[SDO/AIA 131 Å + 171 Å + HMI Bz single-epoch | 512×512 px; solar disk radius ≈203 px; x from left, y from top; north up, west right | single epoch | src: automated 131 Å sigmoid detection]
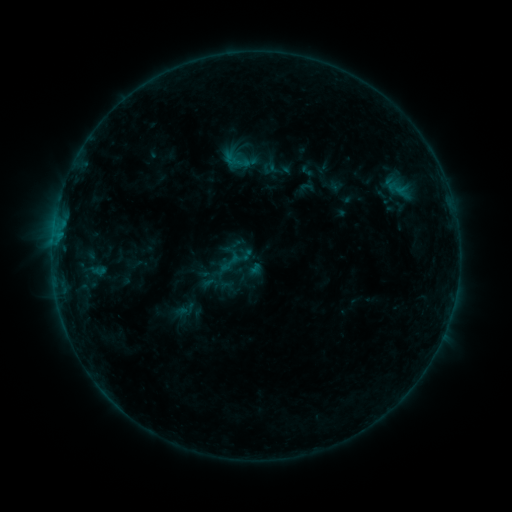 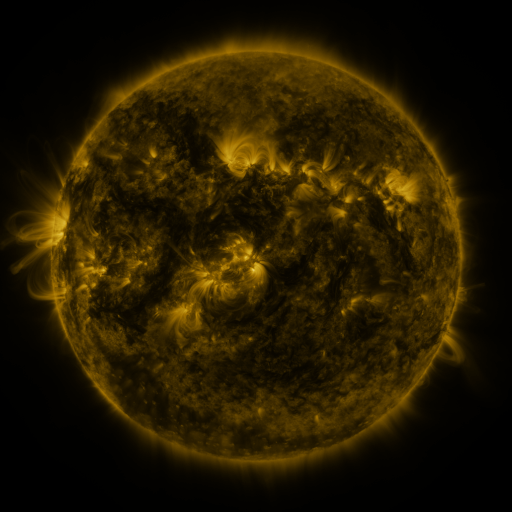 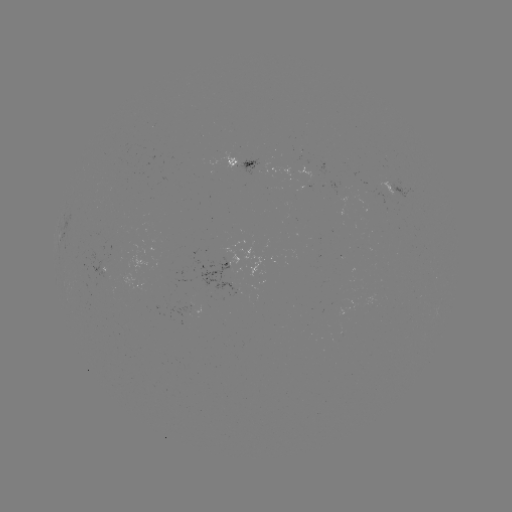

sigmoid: <bbox>221, 145, 252, 176</bbox>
